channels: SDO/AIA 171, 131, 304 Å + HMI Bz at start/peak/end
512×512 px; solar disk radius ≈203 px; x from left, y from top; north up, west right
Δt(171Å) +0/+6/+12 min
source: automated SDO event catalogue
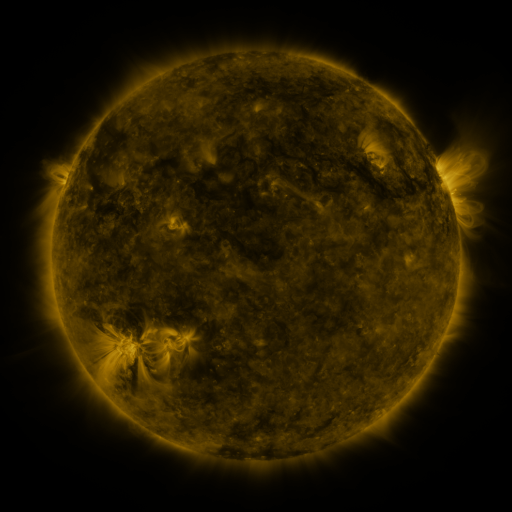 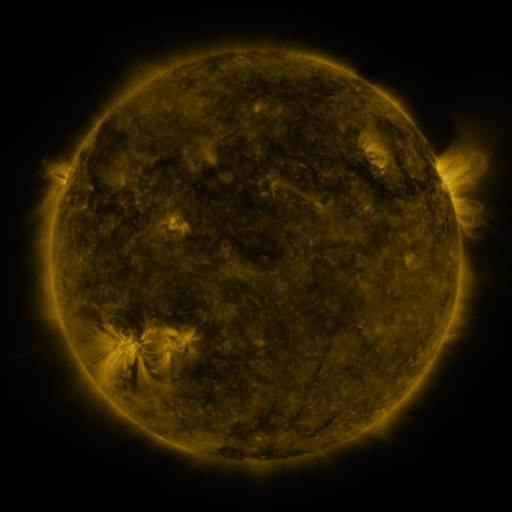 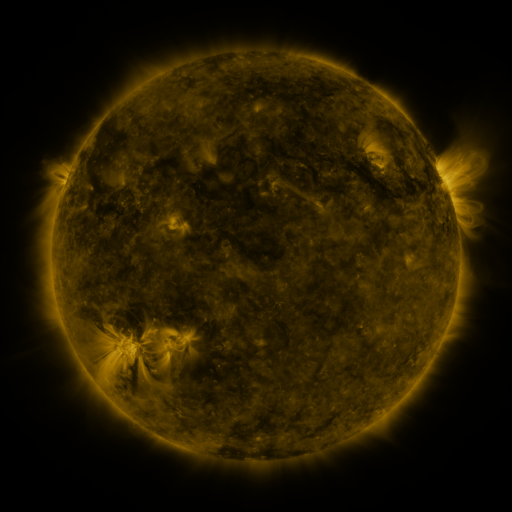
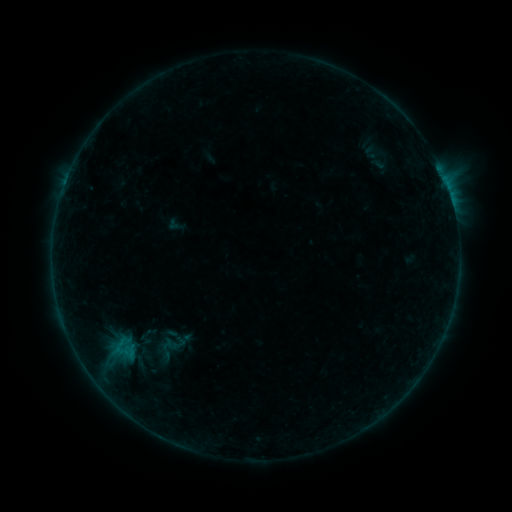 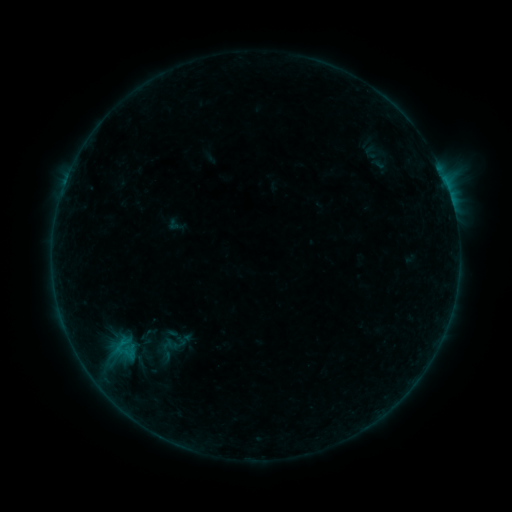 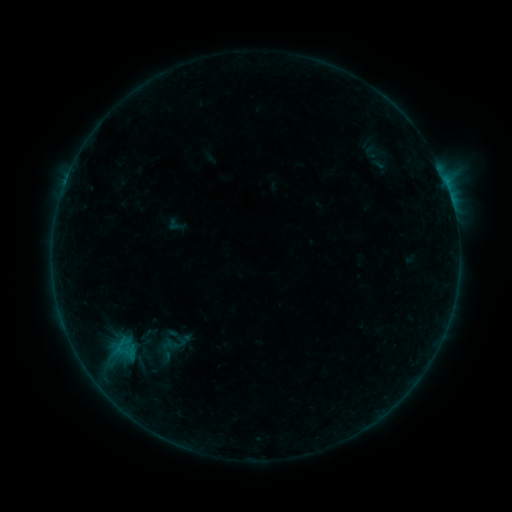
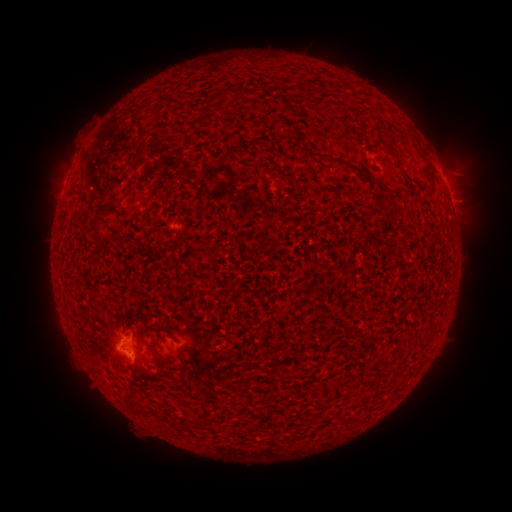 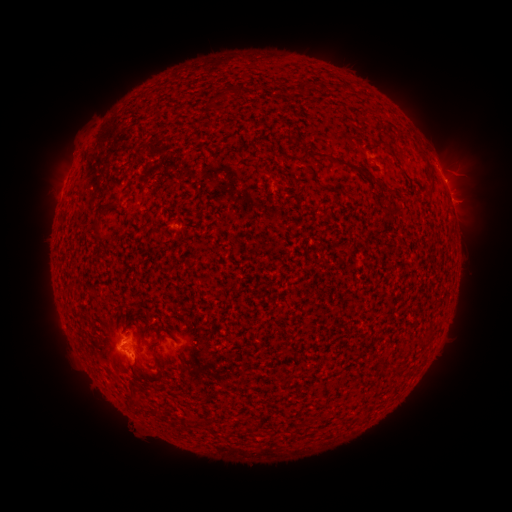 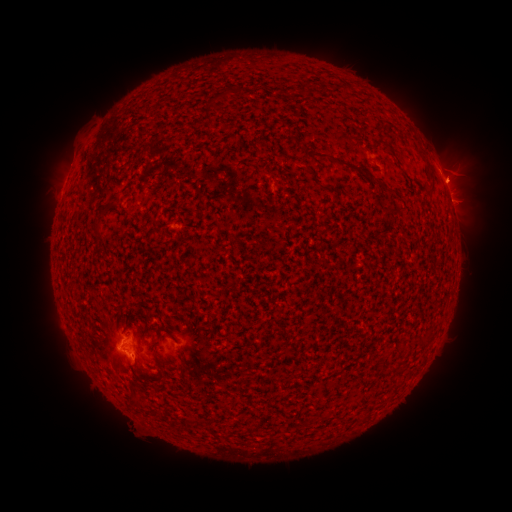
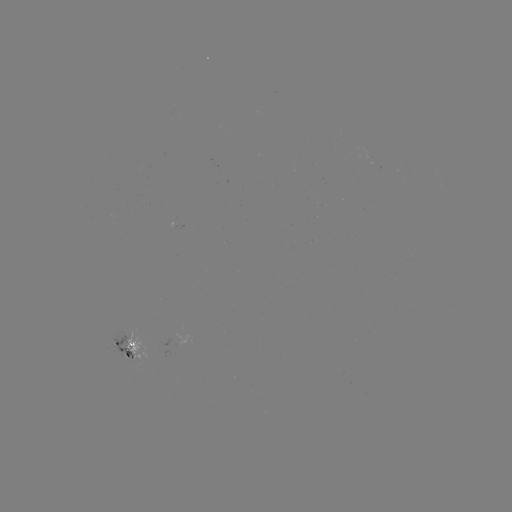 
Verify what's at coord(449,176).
eruption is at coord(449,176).